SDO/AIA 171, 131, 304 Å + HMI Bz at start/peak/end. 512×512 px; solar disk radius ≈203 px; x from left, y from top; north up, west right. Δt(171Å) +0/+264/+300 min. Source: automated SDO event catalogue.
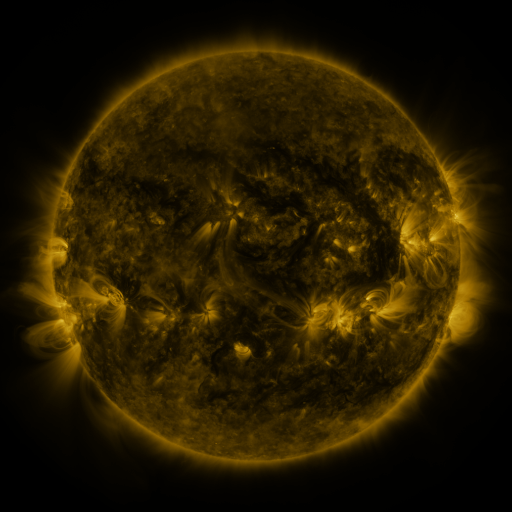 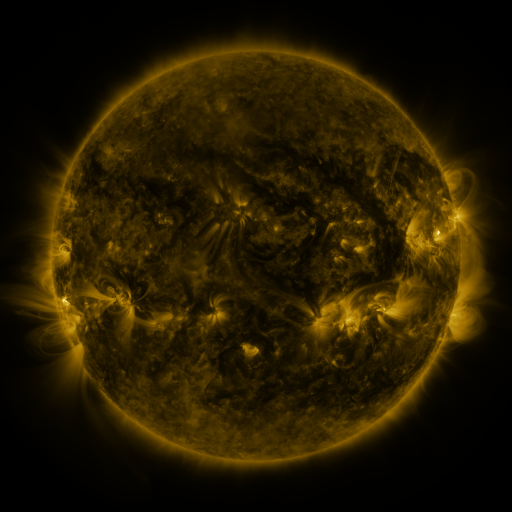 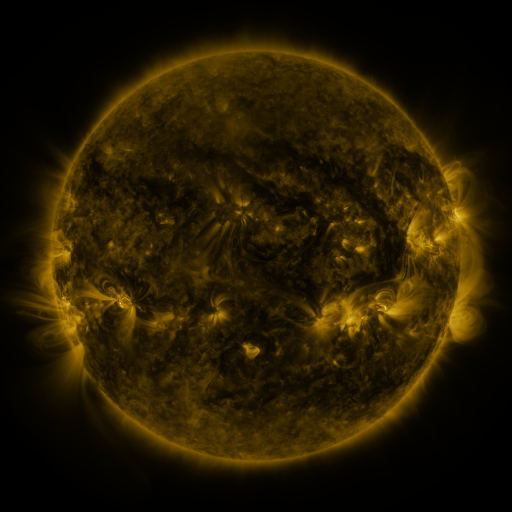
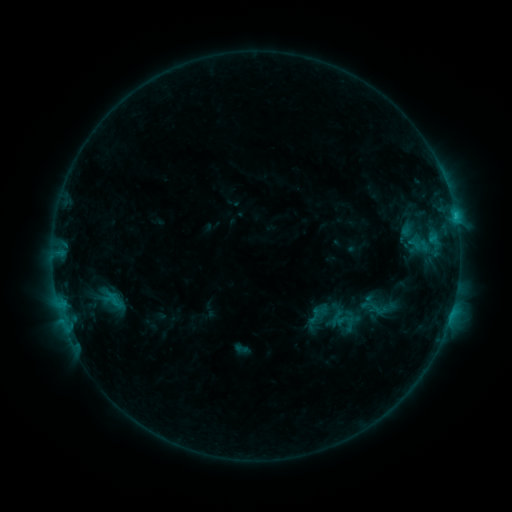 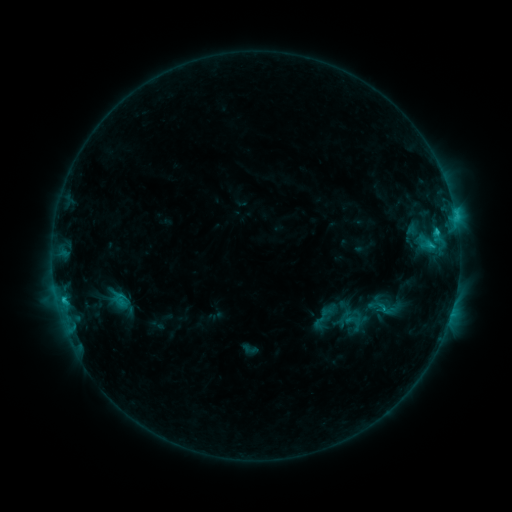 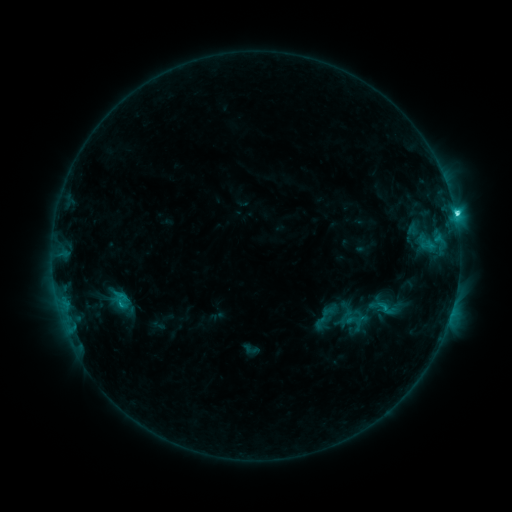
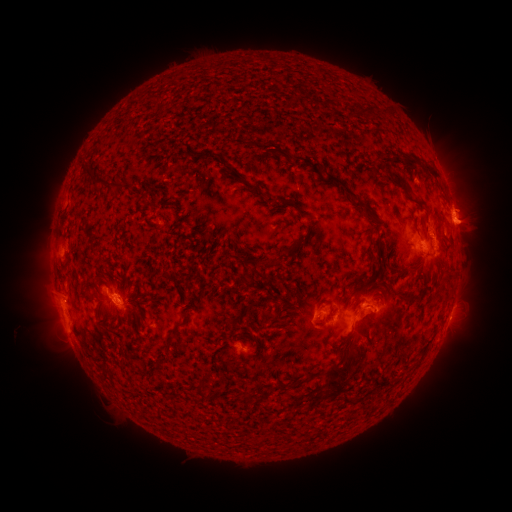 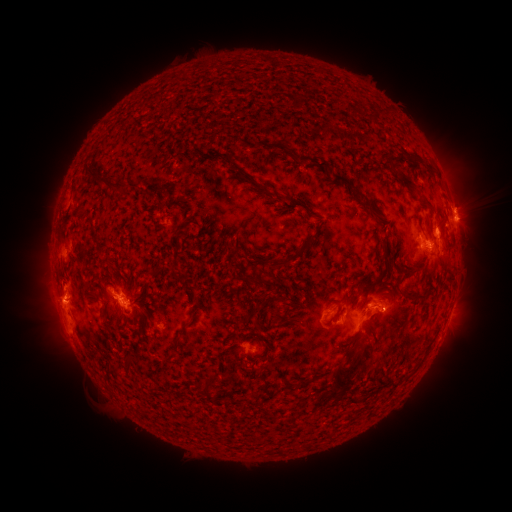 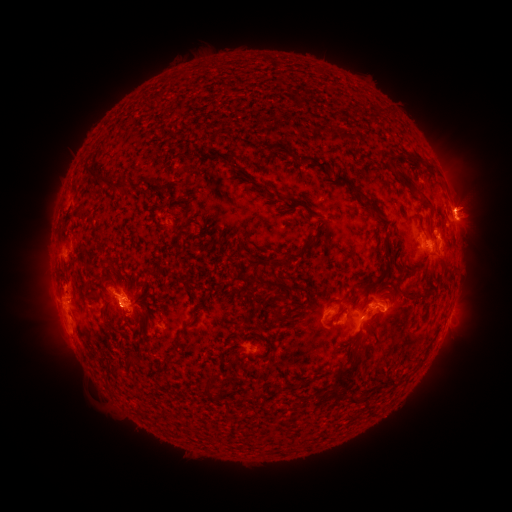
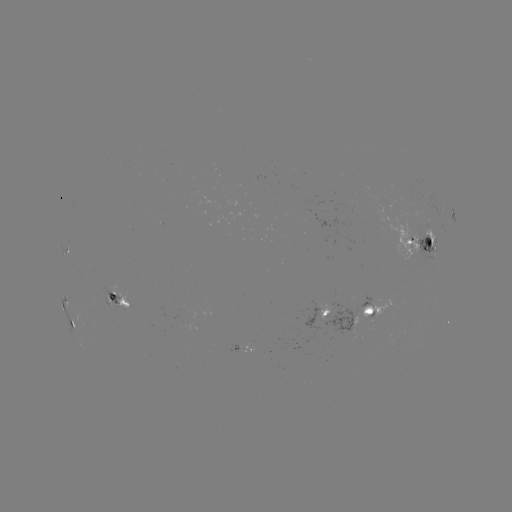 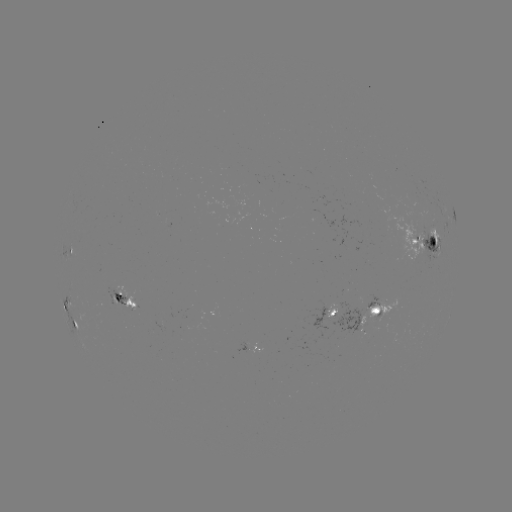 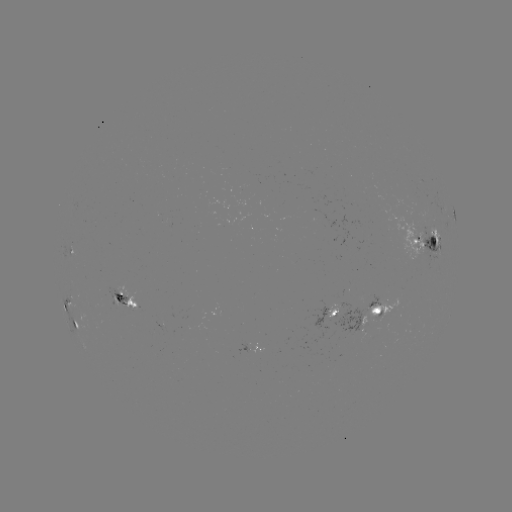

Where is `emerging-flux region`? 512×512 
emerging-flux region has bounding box [152, 320, 165, 335].